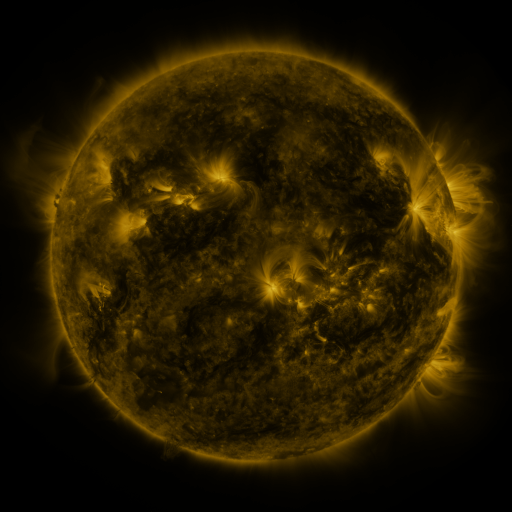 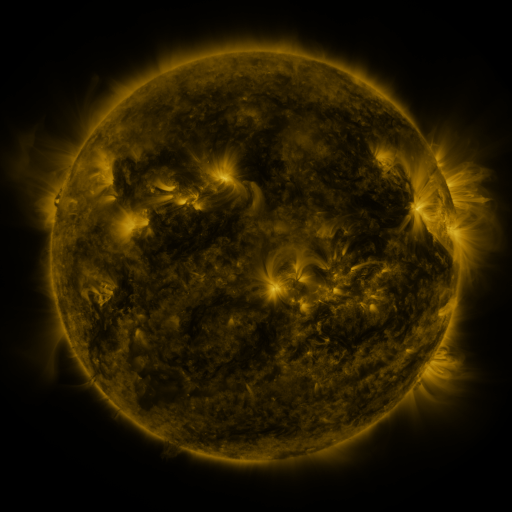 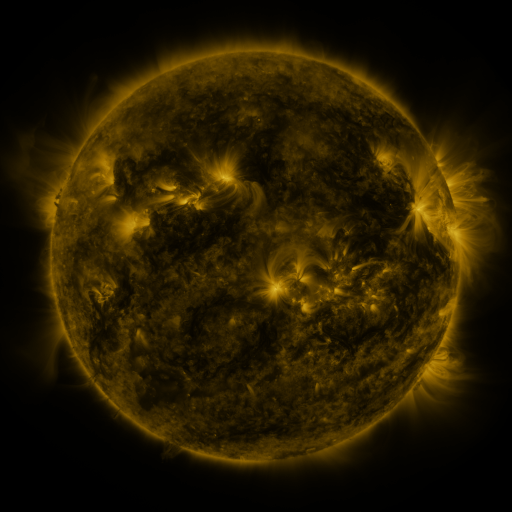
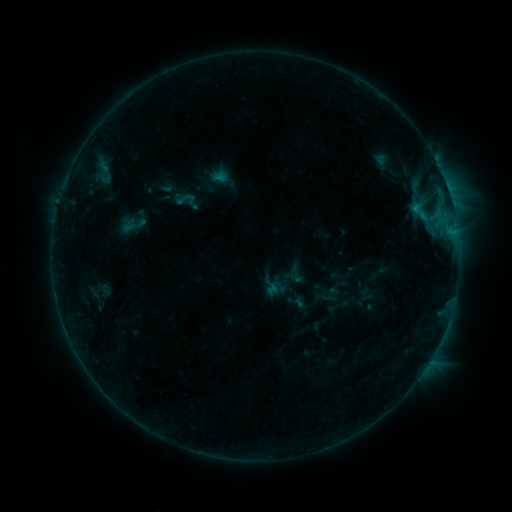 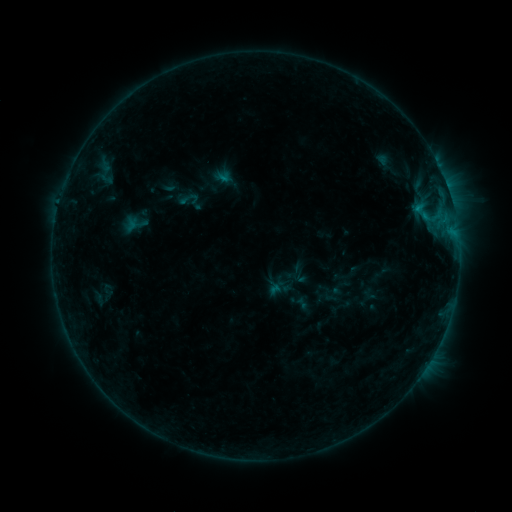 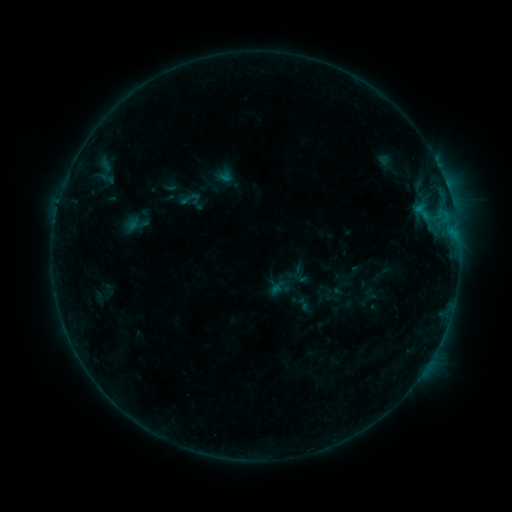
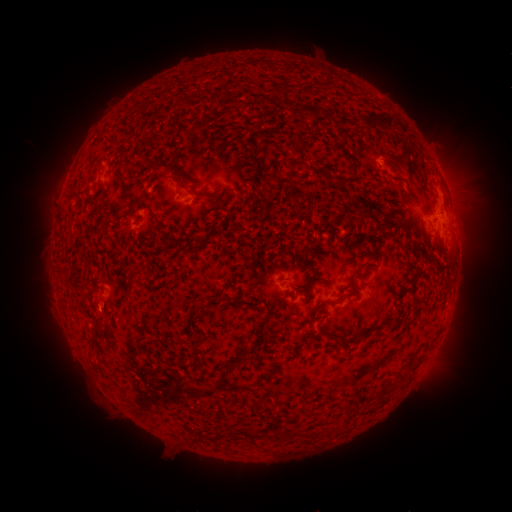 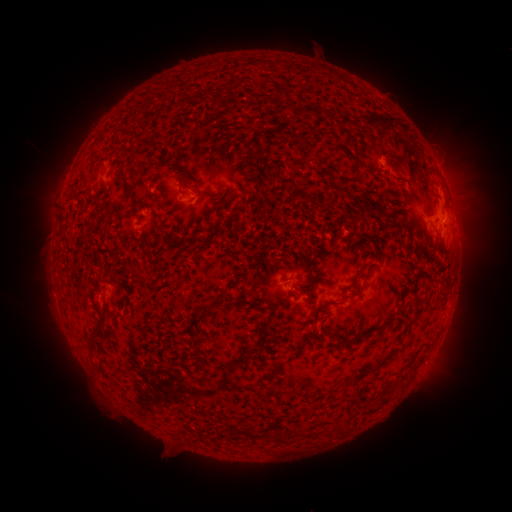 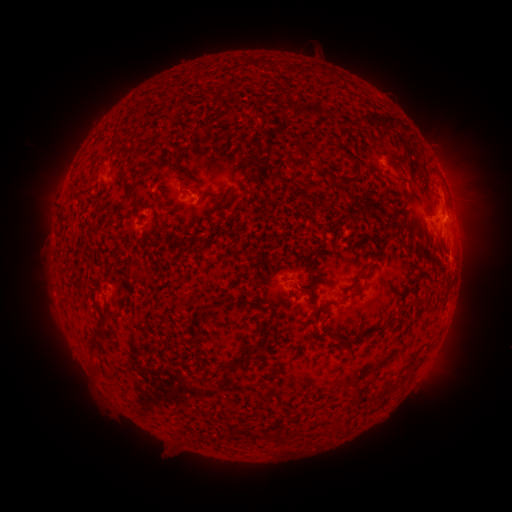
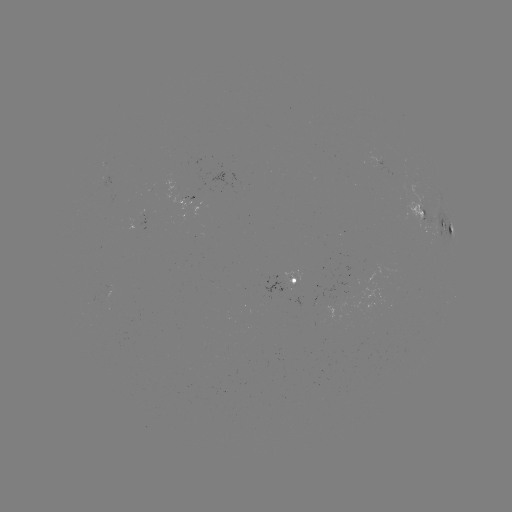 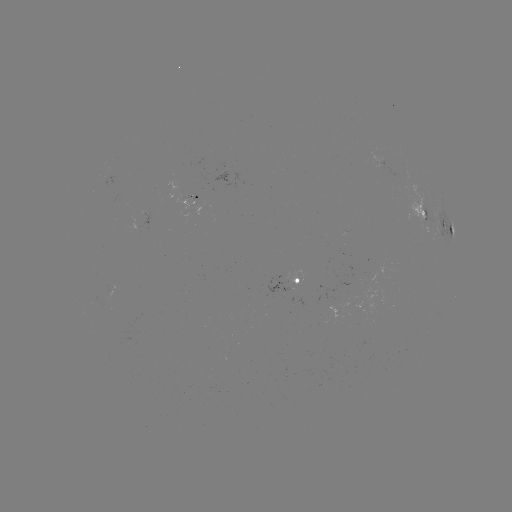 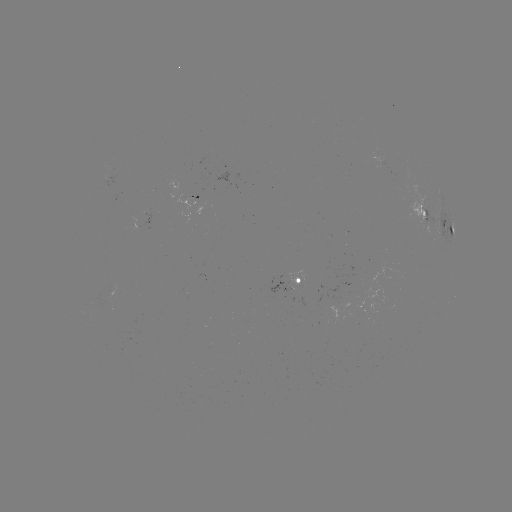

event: emerging-flux region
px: (106, 299)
